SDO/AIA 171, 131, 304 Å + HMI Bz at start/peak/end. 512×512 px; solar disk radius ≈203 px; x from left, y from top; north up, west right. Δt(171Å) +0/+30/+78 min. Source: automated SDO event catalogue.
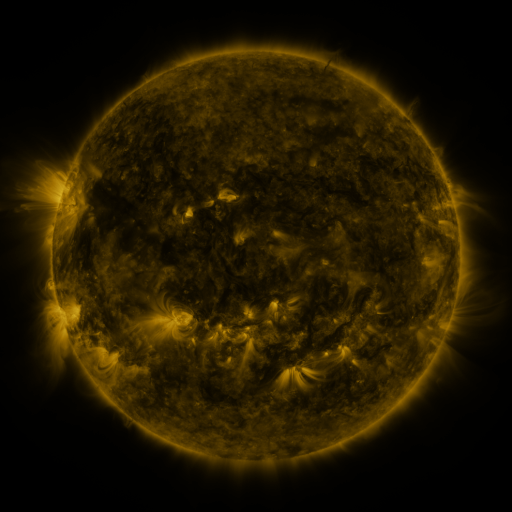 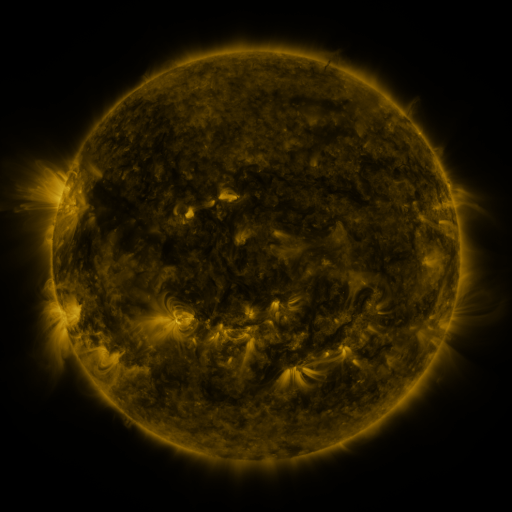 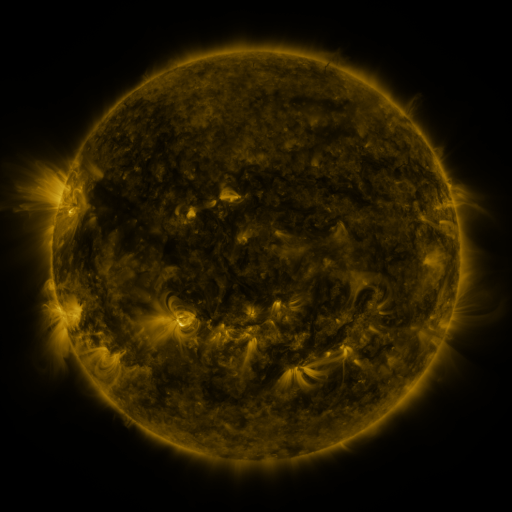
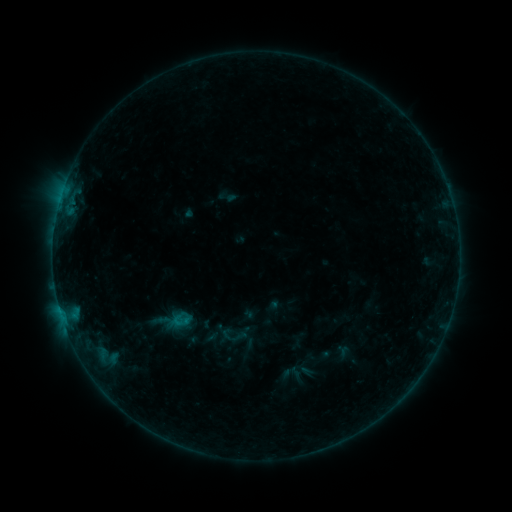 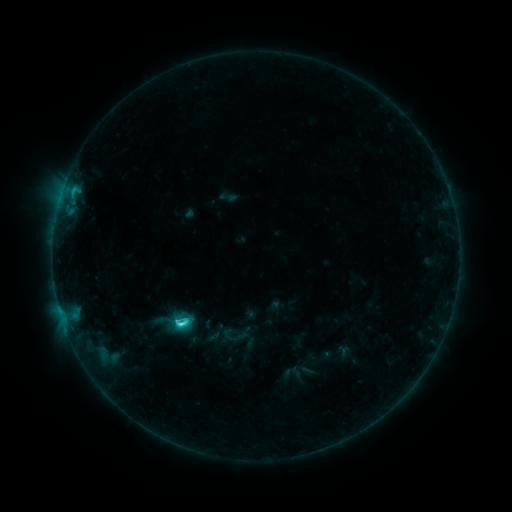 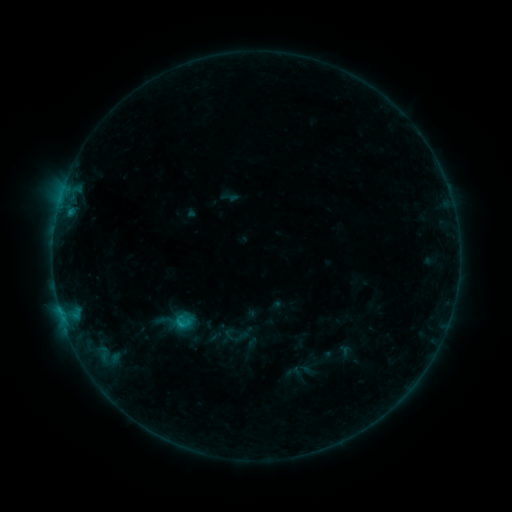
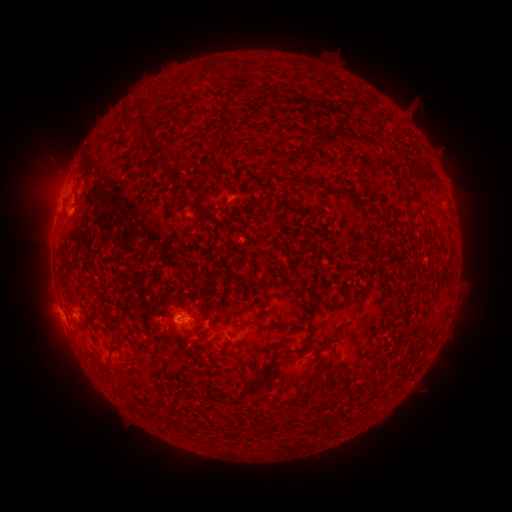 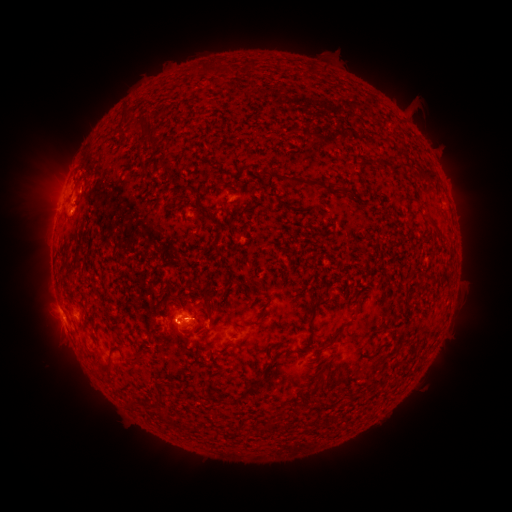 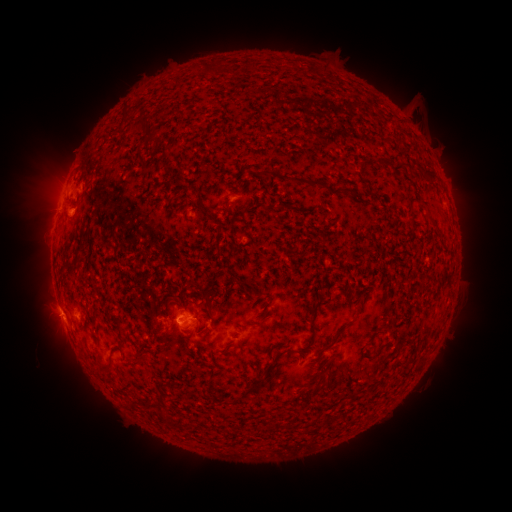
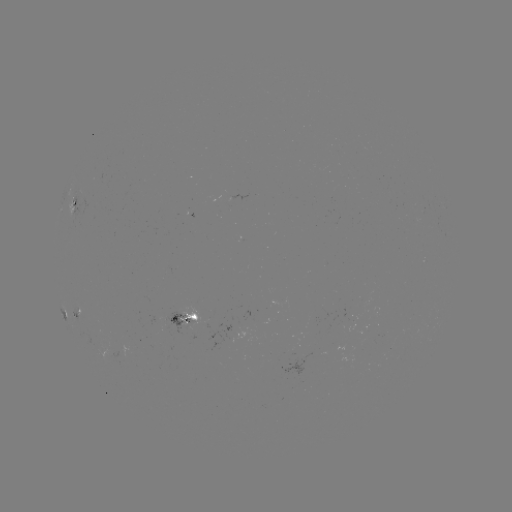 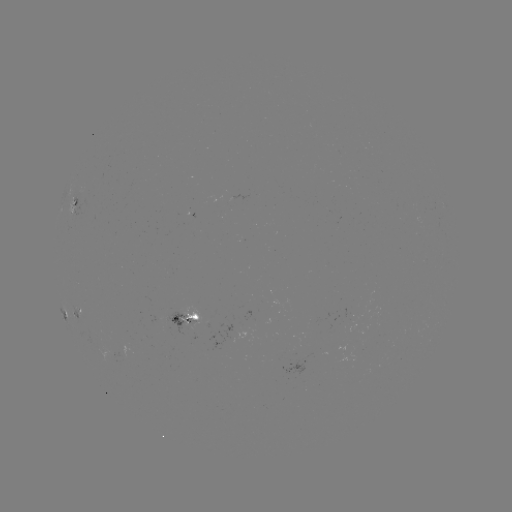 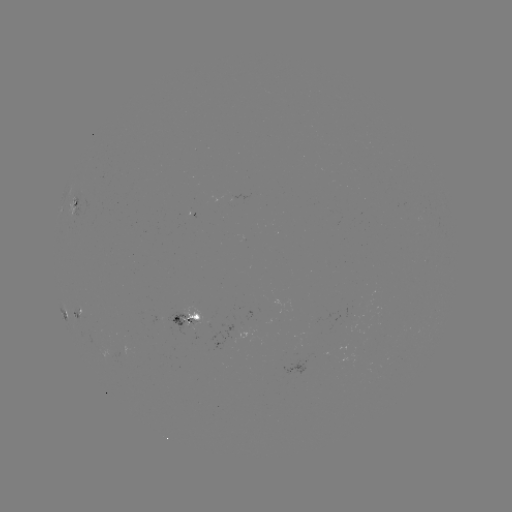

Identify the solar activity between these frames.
C3.2 flare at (182, 323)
